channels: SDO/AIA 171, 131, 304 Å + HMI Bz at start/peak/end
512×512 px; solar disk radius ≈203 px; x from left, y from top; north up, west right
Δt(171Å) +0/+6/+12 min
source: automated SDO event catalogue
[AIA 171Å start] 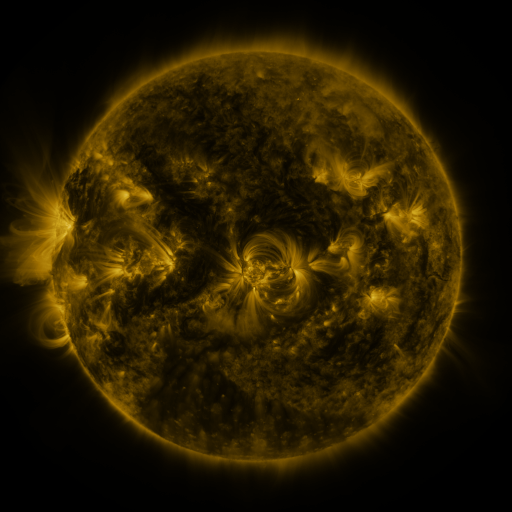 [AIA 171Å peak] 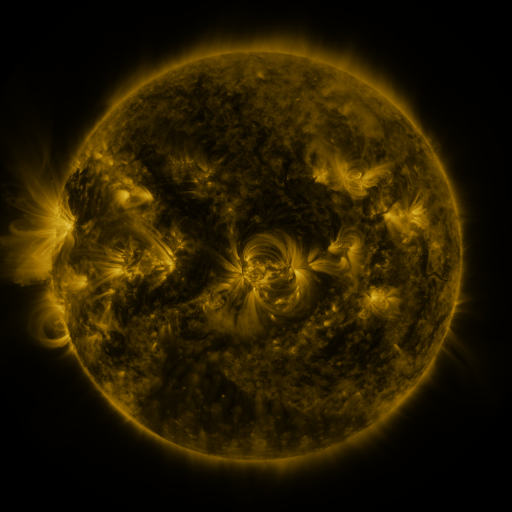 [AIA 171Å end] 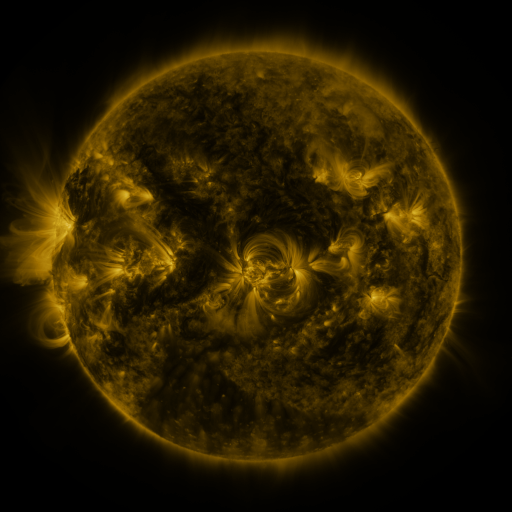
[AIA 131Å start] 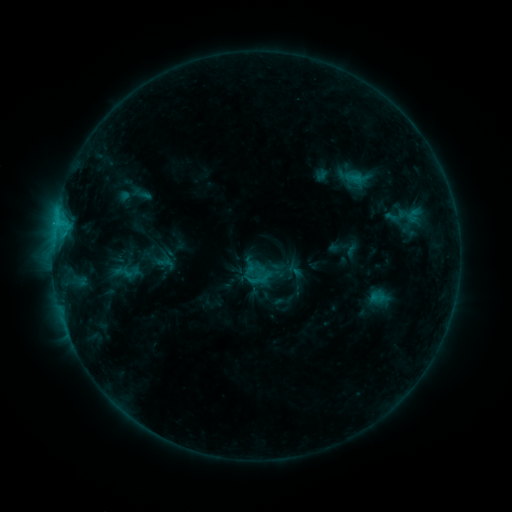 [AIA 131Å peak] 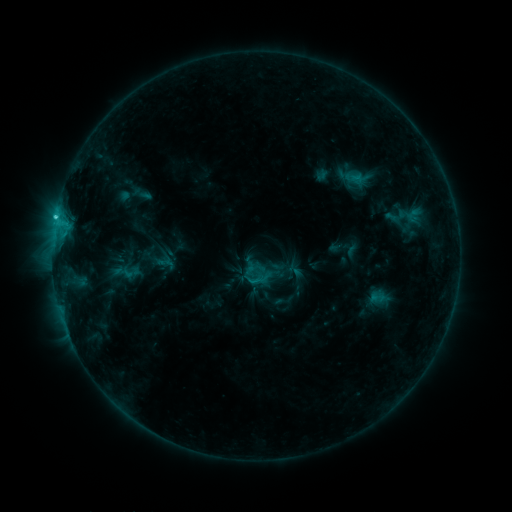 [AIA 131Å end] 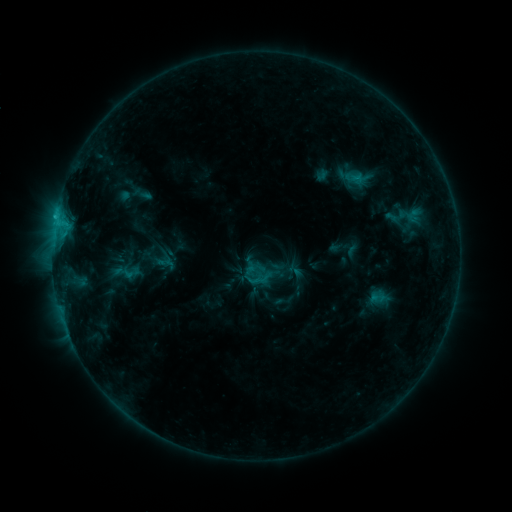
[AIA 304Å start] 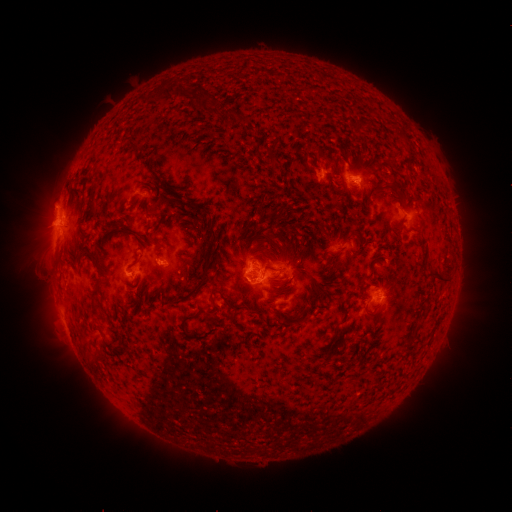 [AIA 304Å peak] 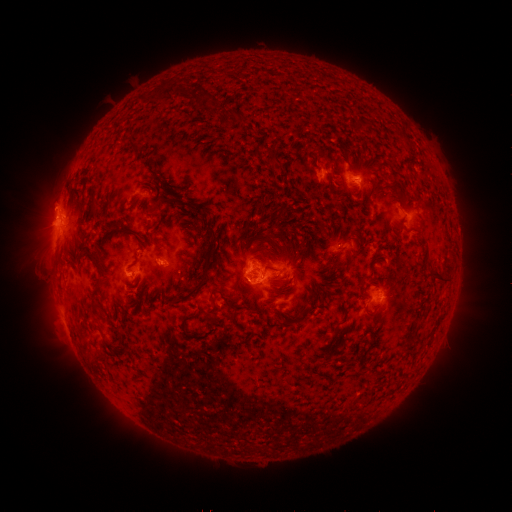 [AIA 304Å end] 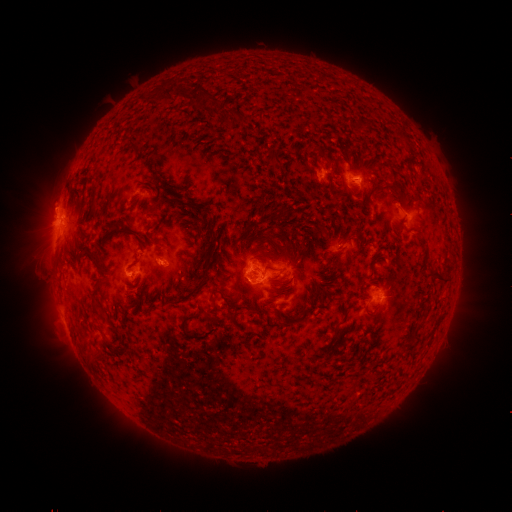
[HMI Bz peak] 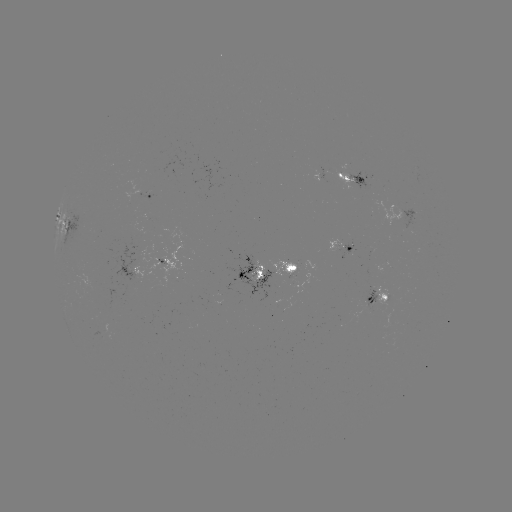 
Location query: C1.7 flare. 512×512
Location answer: [56, 220].